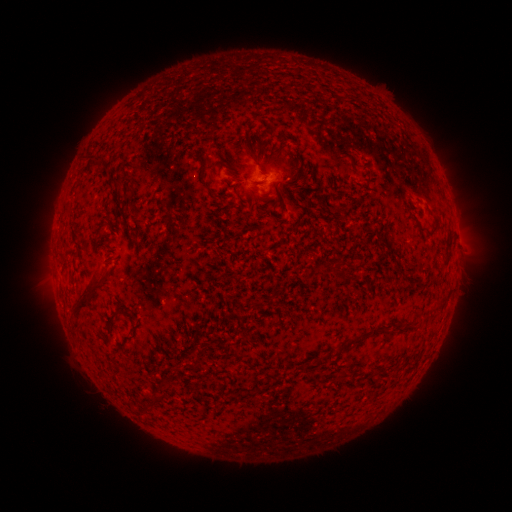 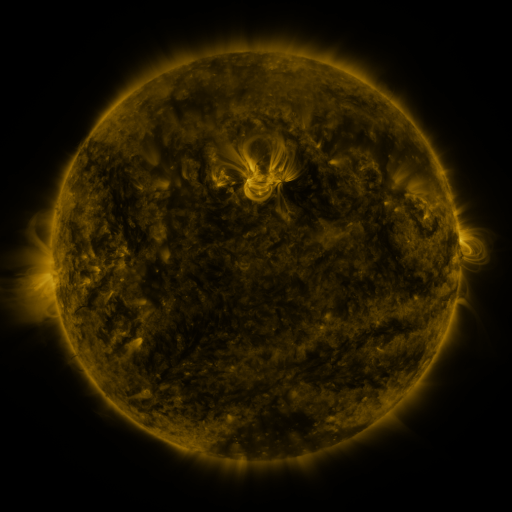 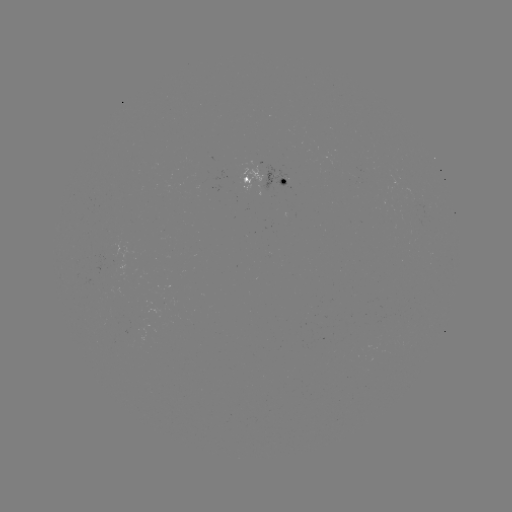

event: spotted active region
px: (266, 179)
